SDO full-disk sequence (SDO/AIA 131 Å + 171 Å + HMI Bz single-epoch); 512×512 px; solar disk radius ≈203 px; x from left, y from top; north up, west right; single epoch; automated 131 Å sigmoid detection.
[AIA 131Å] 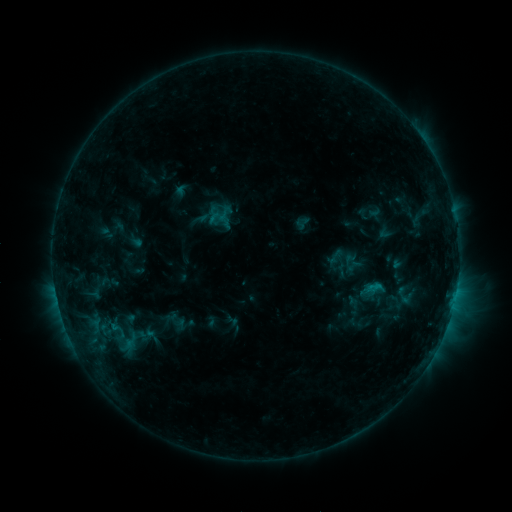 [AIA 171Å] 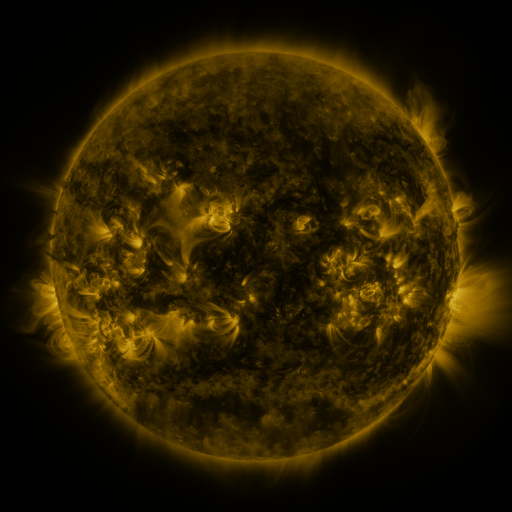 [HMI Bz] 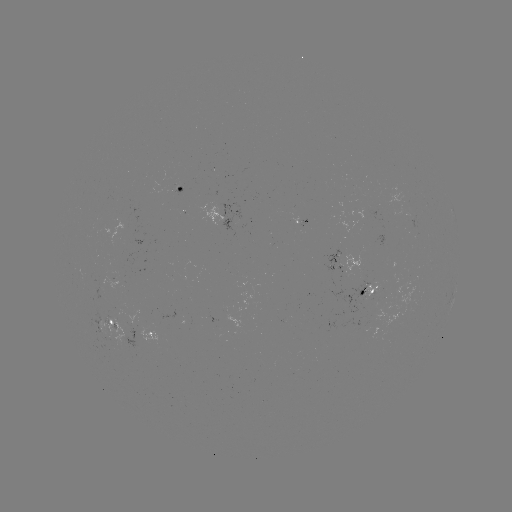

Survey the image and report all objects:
sigmoid: <bbox>325, 247, 343, 266</bbox>
sigmoid: <bbox>359, 265, 415, 323</bbox>
sigmoid: <bbox>93, 318, 152, 354</bbox>
